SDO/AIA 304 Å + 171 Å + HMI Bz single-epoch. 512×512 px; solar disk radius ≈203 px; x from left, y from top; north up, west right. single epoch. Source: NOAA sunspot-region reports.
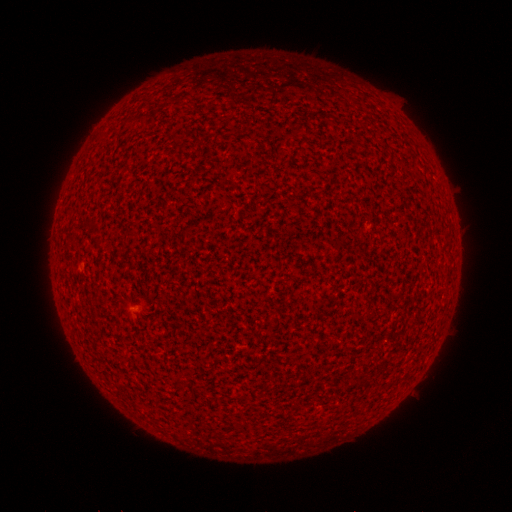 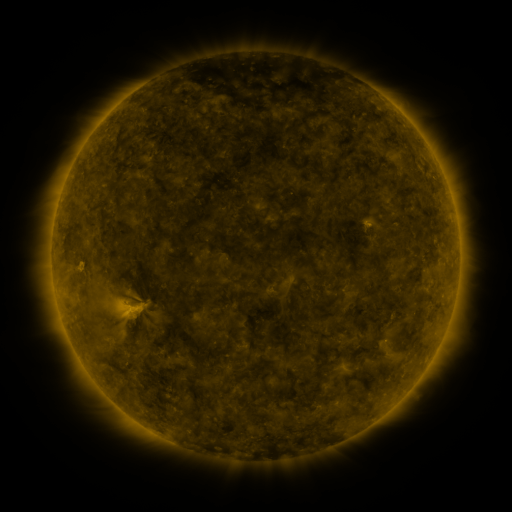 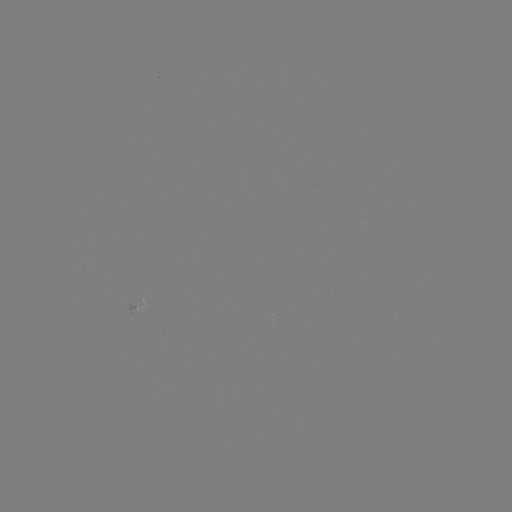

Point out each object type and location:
(none)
